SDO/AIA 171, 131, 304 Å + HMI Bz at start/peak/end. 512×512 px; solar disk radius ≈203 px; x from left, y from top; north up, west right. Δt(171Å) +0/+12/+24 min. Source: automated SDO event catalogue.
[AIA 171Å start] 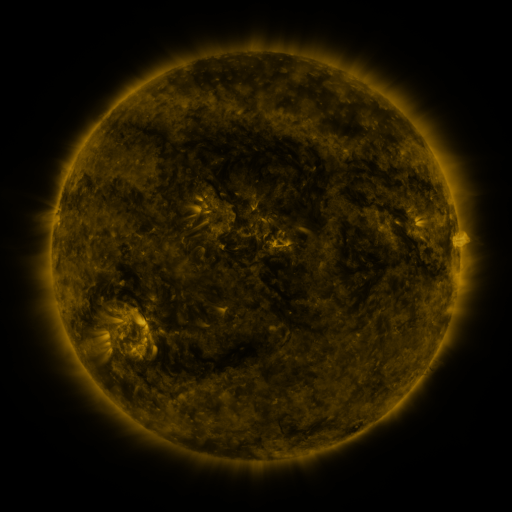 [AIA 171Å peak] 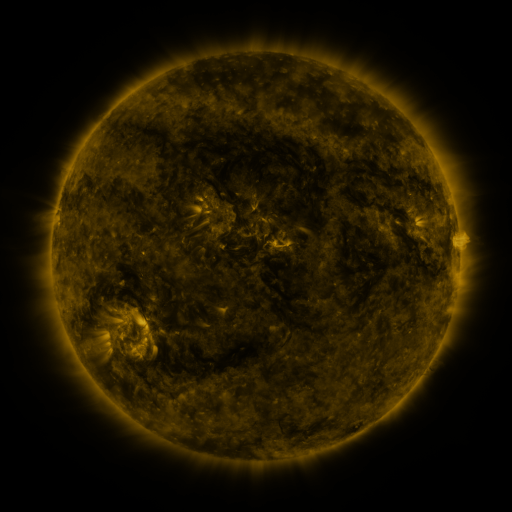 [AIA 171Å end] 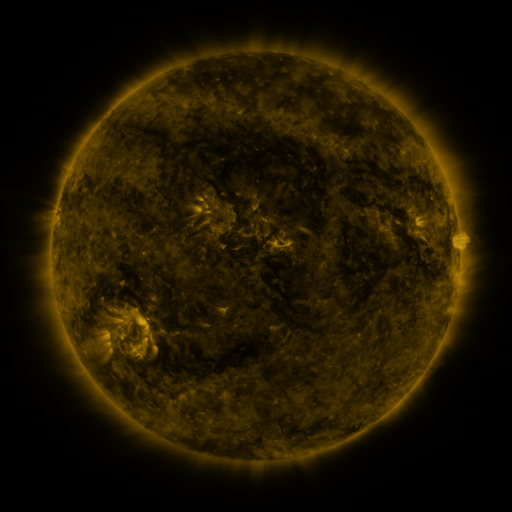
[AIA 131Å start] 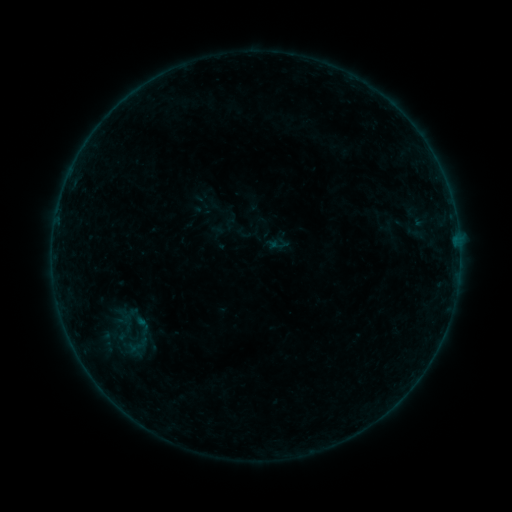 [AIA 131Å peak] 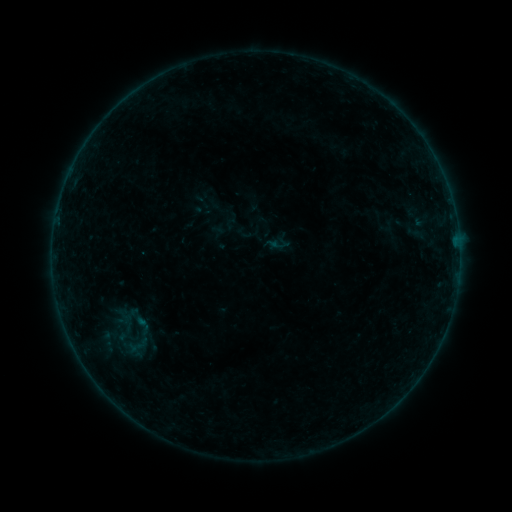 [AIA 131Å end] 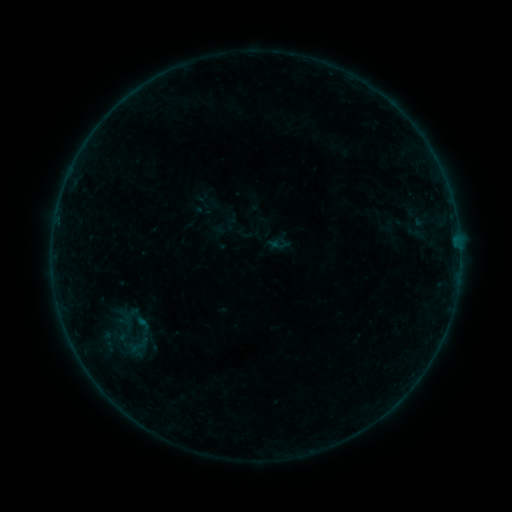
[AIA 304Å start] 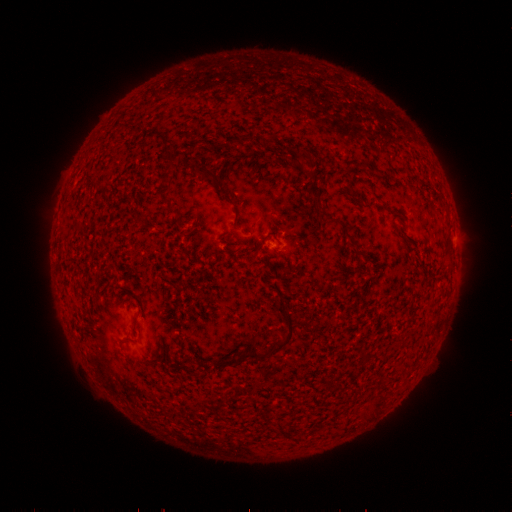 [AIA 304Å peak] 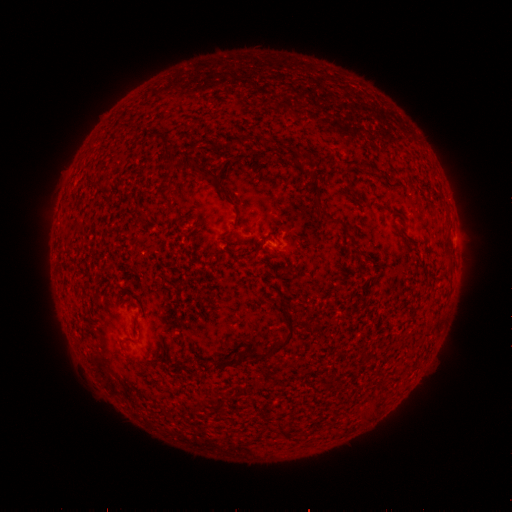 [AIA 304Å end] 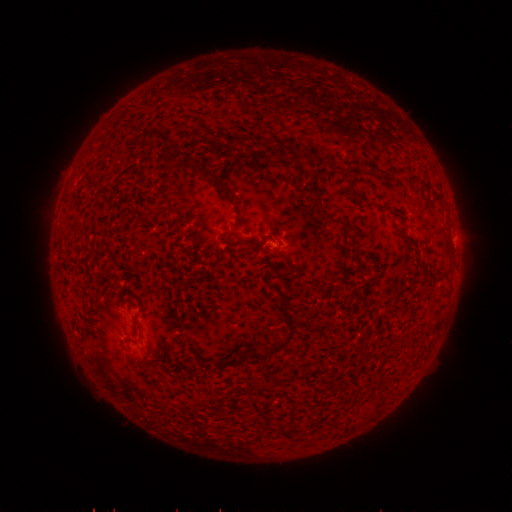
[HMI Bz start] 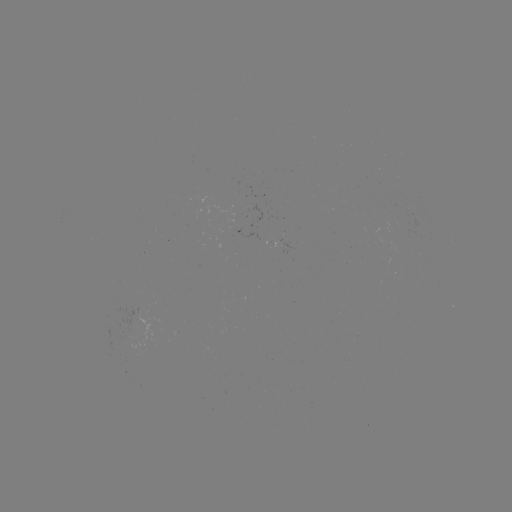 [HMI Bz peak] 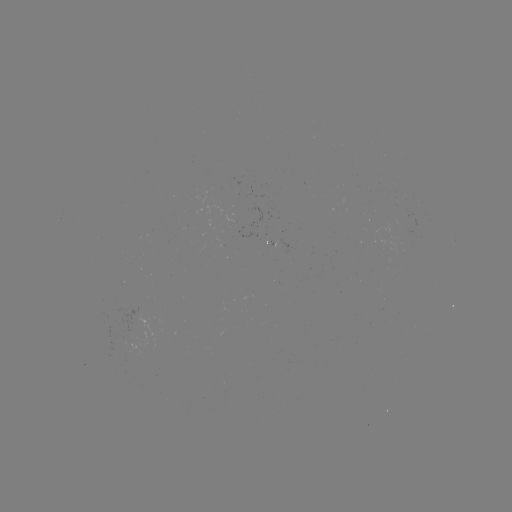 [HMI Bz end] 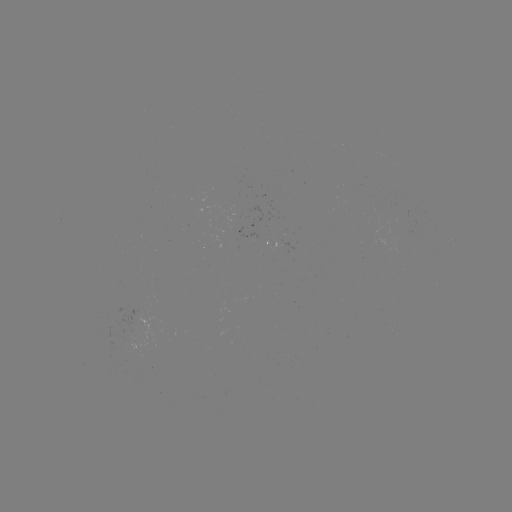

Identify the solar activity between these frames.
no flare in any classed list; no EUV-trigger detection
